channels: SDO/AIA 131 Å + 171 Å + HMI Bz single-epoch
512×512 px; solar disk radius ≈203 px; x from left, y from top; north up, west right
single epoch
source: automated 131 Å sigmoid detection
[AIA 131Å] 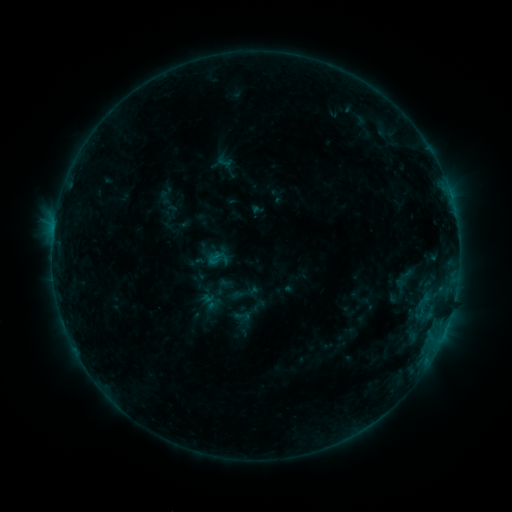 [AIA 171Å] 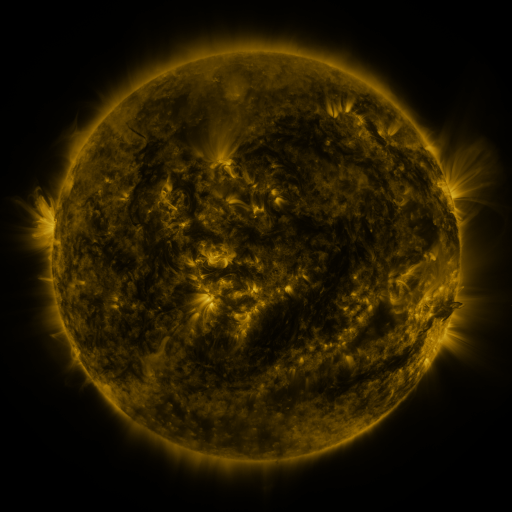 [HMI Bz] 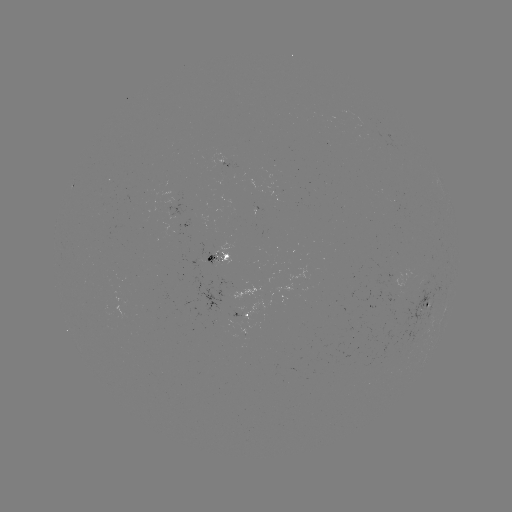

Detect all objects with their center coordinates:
sigmoid: <bbox>206, 257, 222, 271</bbox>
sigmoid: <bbox>392, 275, 409, 296</bbox>
